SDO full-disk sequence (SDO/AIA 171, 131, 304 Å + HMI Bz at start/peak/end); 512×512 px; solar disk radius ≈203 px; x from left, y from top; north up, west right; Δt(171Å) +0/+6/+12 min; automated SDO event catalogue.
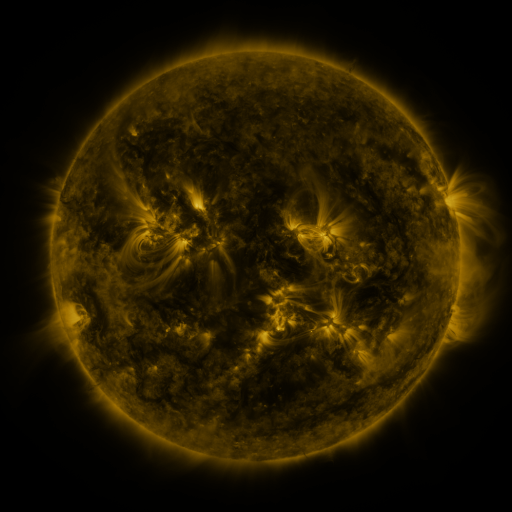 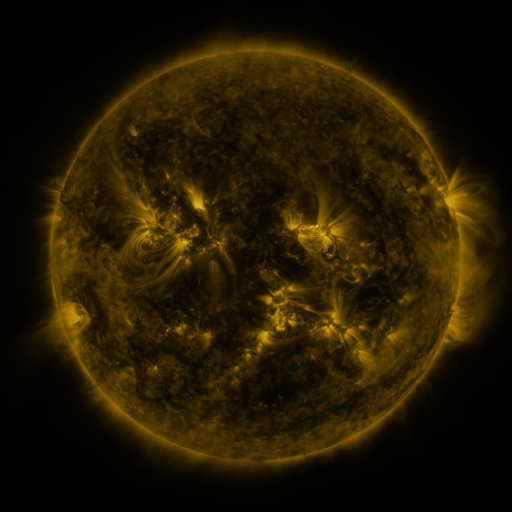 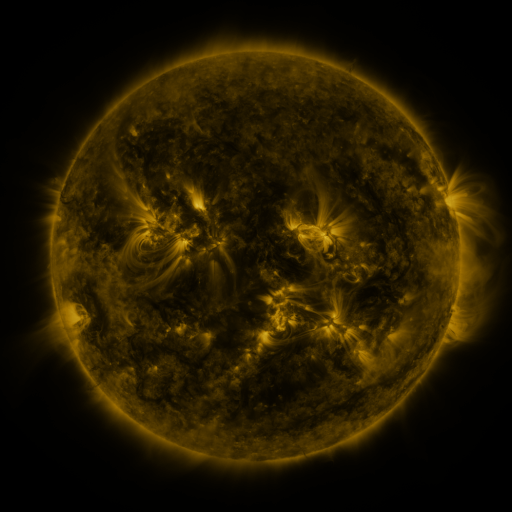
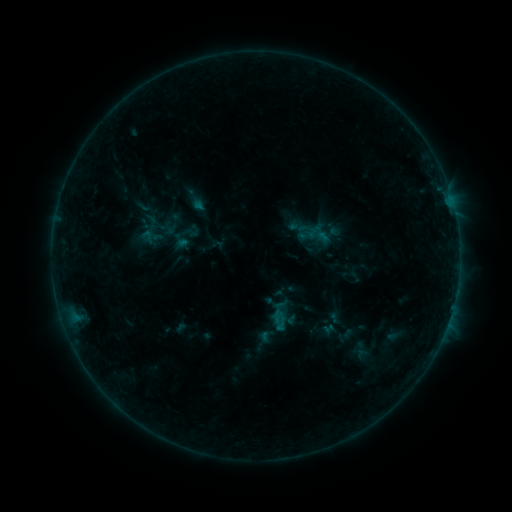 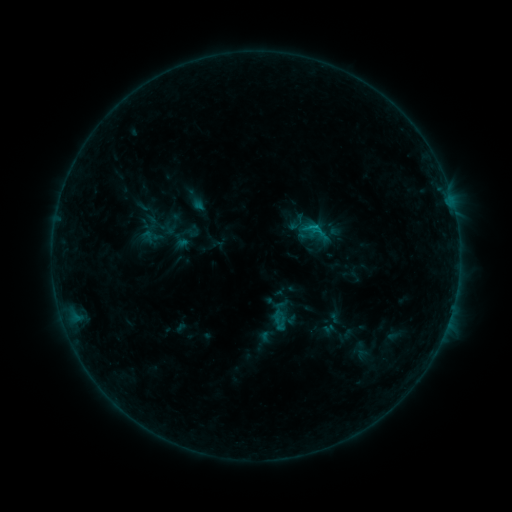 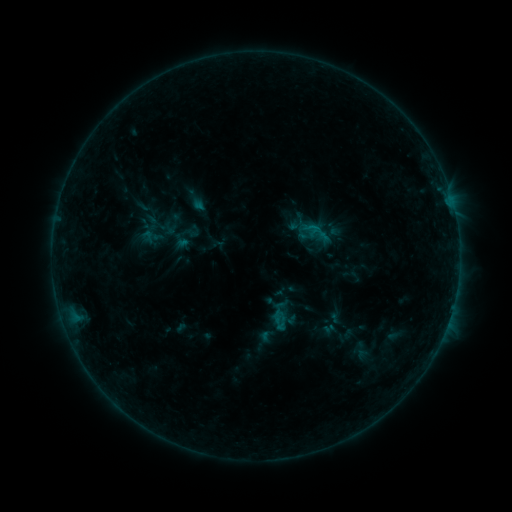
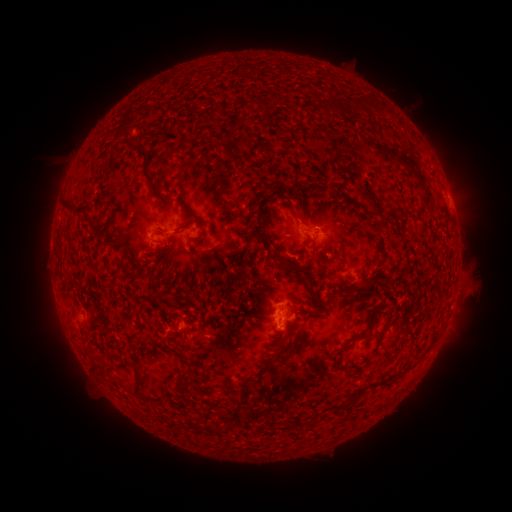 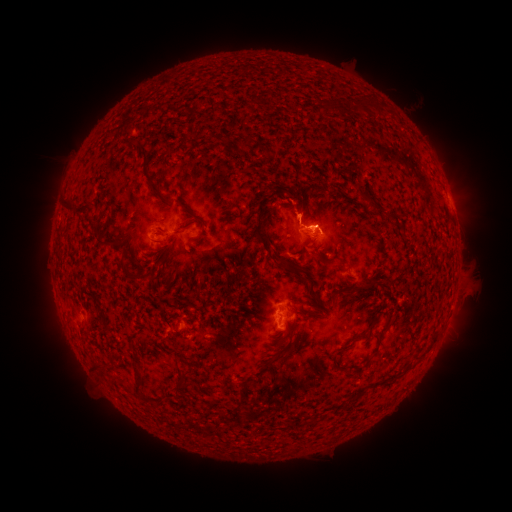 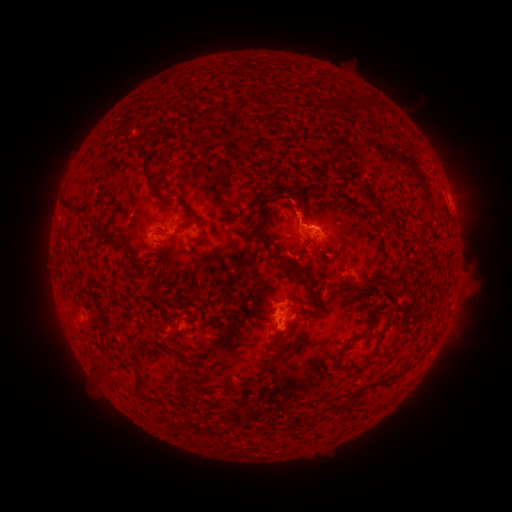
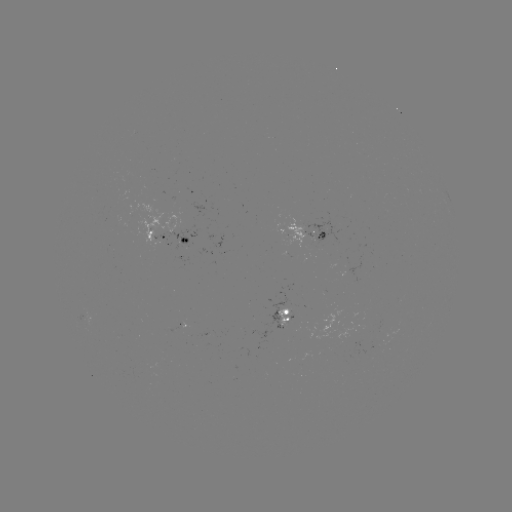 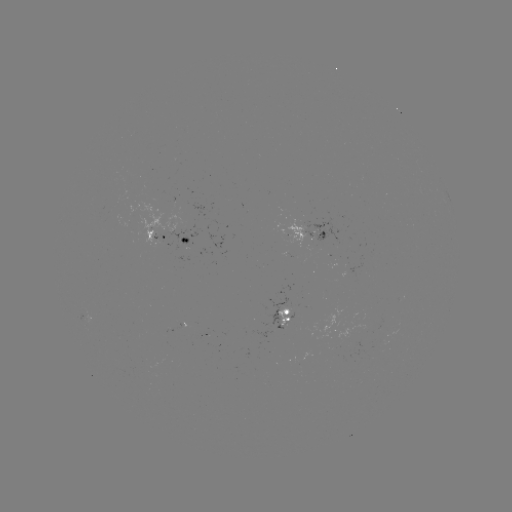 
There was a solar flare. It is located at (310, 230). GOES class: B5.4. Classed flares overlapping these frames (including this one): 1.